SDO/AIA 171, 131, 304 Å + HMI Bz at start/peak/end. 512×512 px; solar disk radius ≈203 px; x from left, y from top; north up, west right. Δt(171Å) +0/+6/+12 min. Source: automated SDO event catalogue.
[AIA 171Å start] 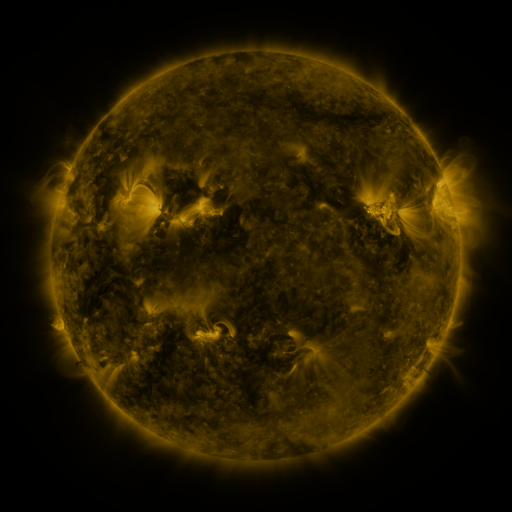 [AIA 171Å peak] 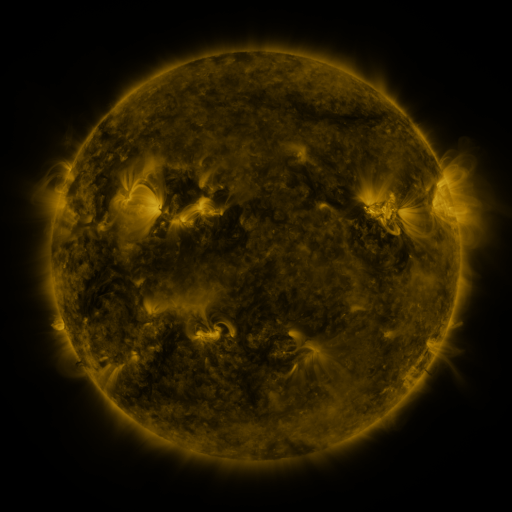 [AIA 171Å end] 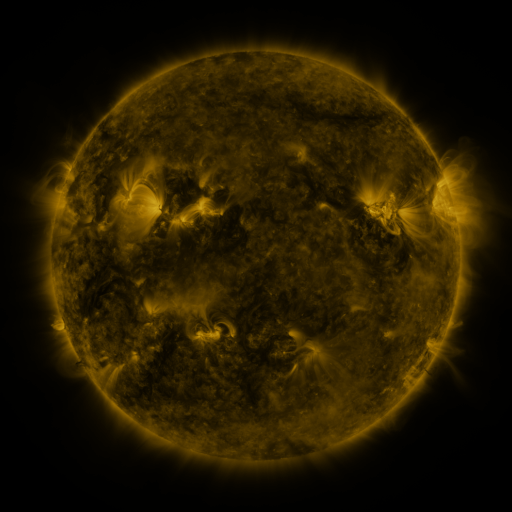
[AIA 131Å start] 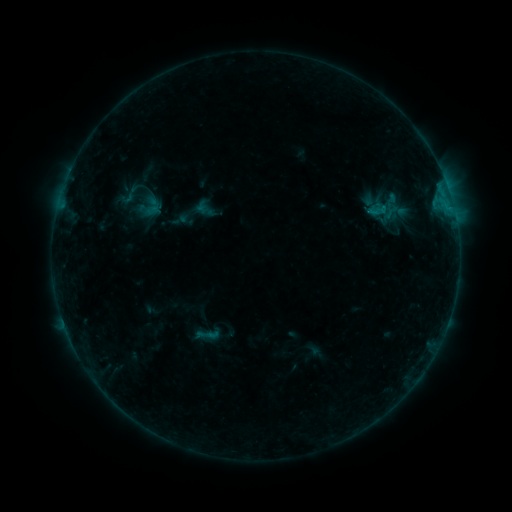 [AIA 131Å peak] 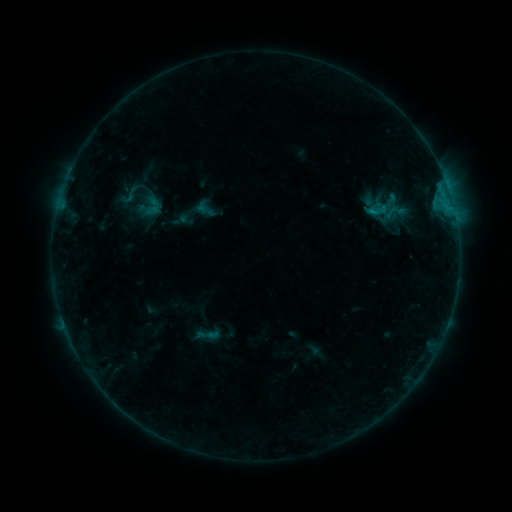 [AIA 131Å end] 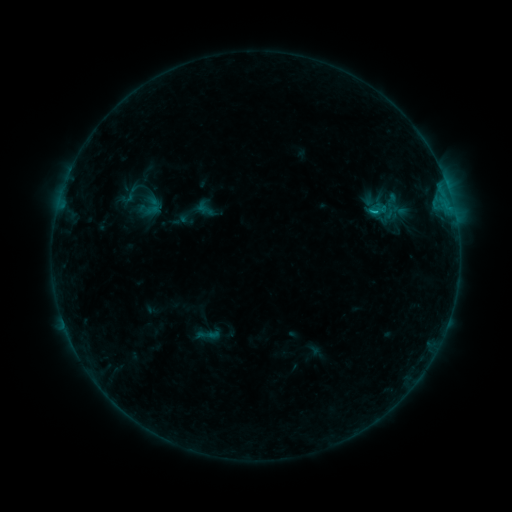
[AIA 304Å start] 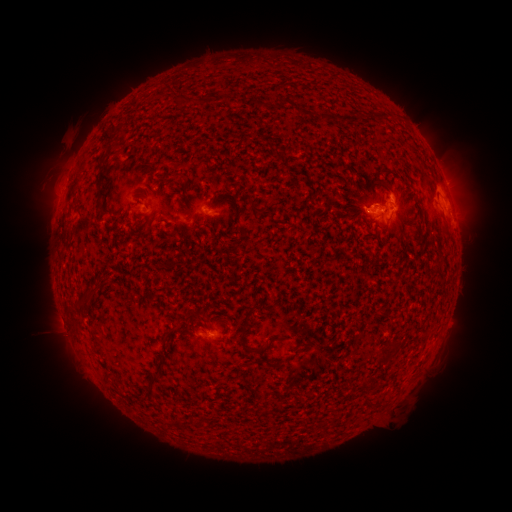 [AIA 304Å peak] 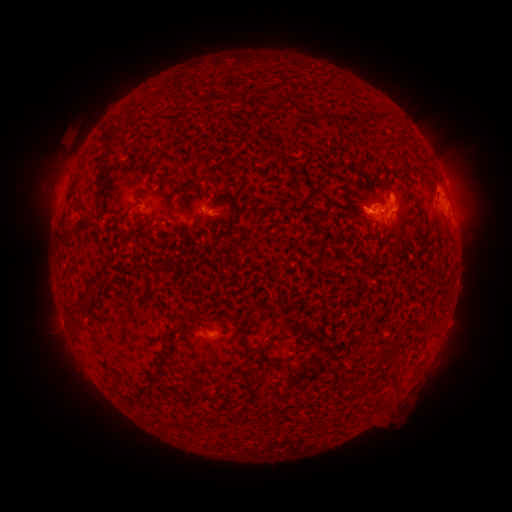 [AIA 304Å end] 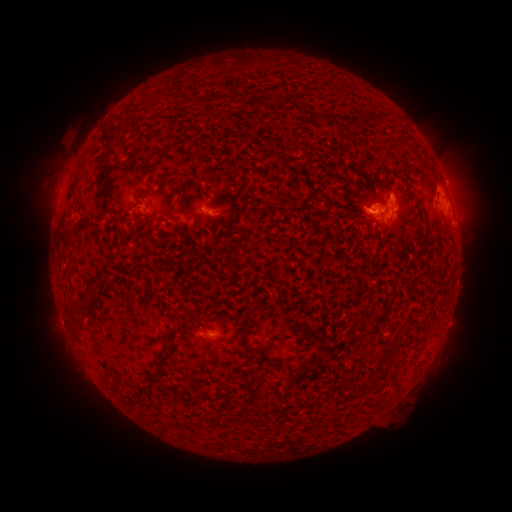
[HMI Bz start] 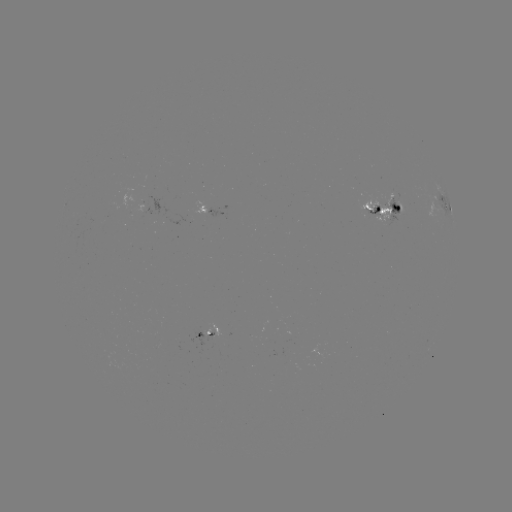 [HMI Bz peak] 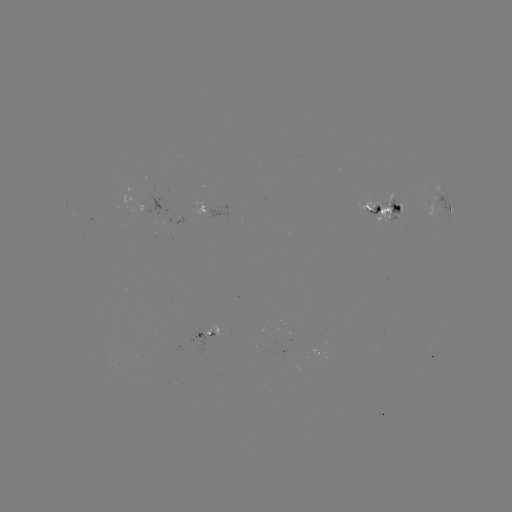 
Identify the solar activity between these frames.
B7.6 flare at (370, 213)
